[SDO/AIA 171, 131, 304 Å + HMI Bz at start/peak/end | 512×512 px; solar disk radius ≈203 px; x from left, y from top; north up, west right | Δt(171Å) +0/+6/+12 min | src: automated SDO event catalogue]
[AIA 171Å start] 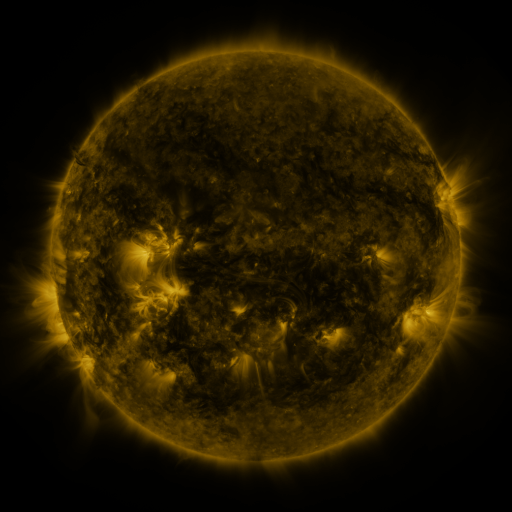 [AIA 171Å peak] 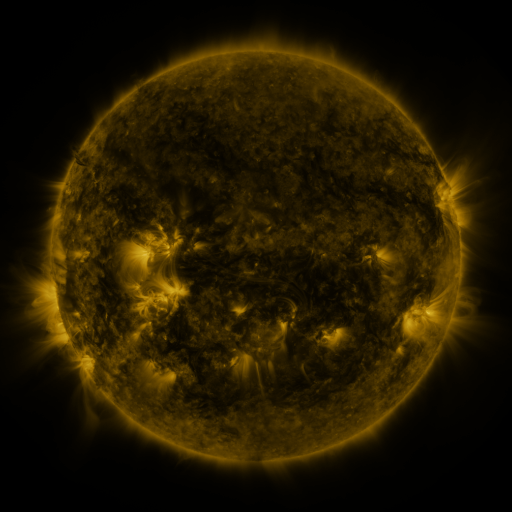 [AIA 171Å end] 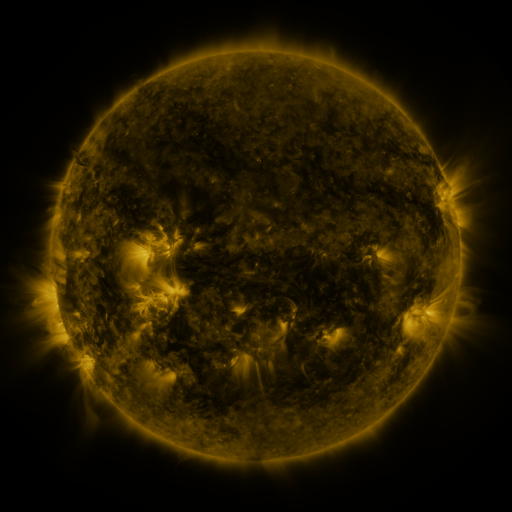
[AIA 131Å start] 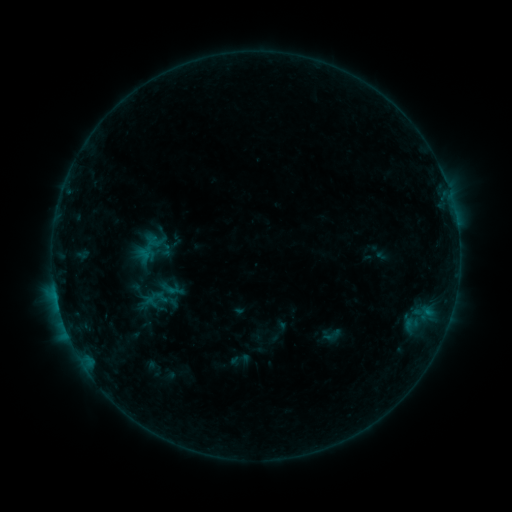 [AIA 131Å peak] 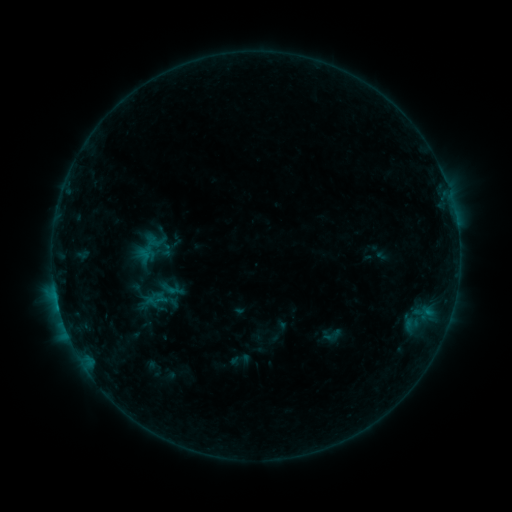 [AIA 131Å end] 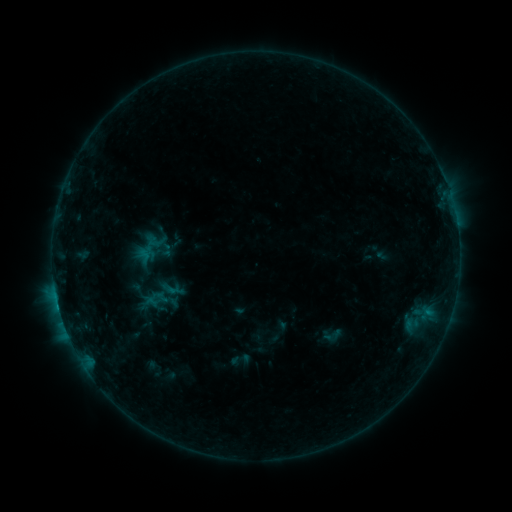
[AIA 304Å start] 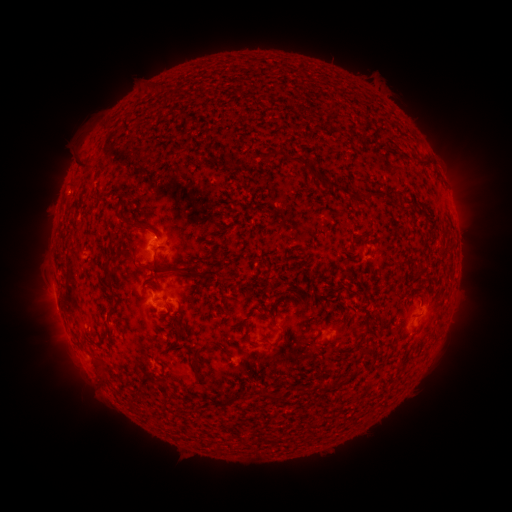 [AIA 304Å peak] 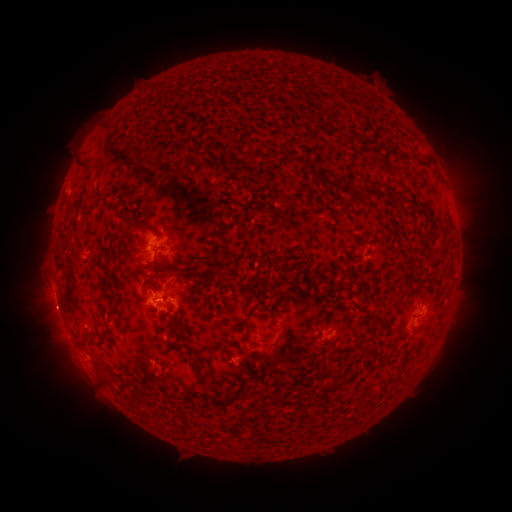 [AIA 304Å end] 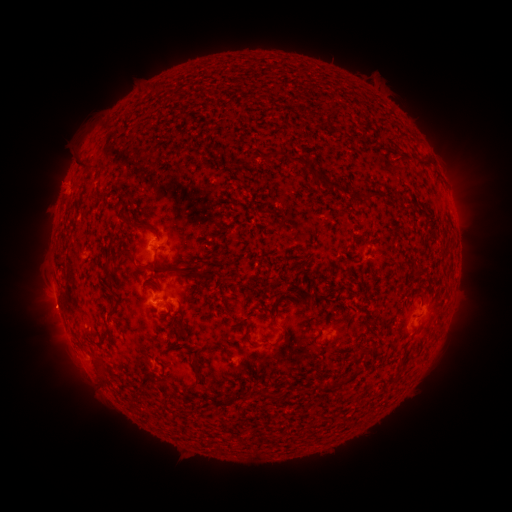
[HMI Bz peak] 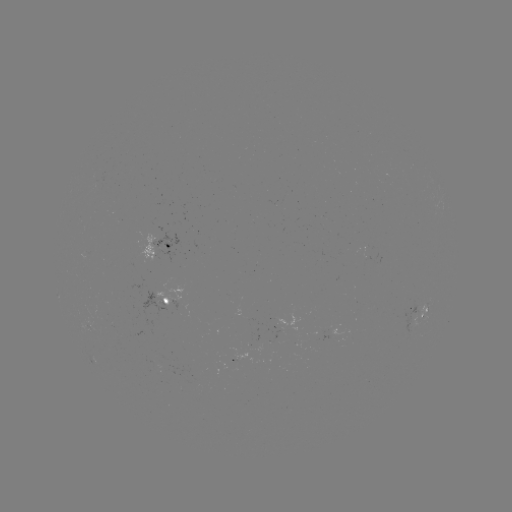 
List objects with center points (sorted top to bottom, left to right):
eruption: (54, 309)
